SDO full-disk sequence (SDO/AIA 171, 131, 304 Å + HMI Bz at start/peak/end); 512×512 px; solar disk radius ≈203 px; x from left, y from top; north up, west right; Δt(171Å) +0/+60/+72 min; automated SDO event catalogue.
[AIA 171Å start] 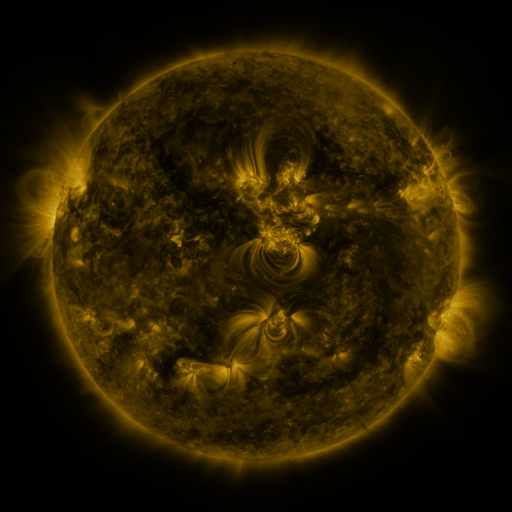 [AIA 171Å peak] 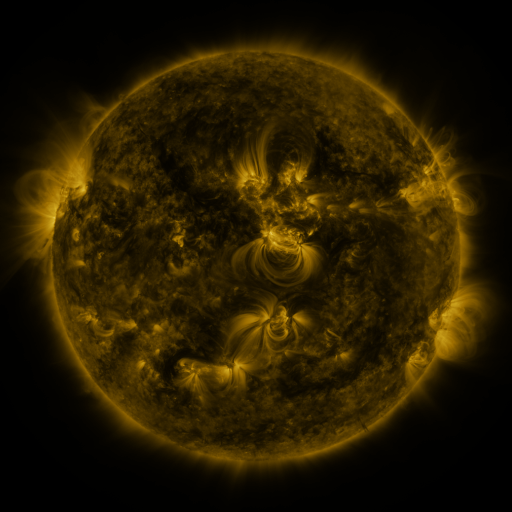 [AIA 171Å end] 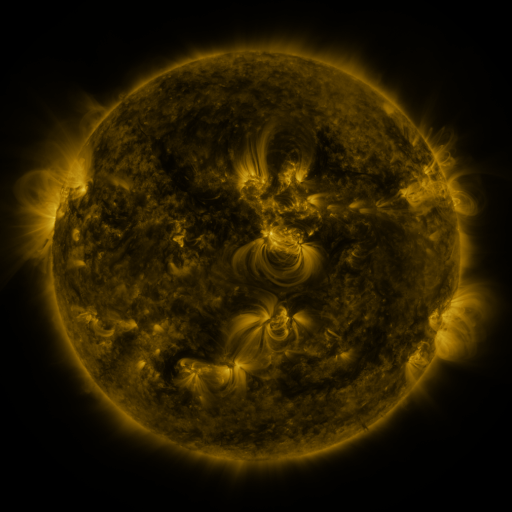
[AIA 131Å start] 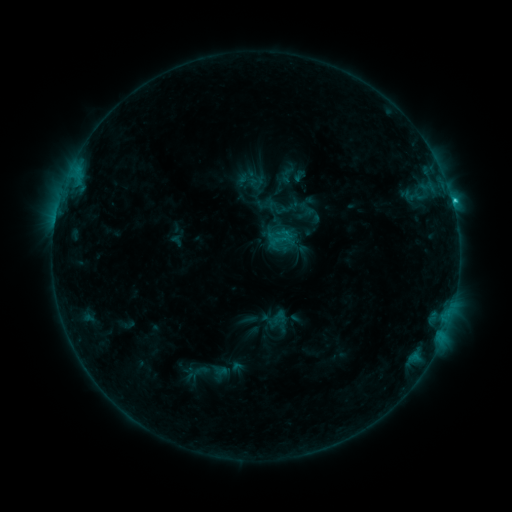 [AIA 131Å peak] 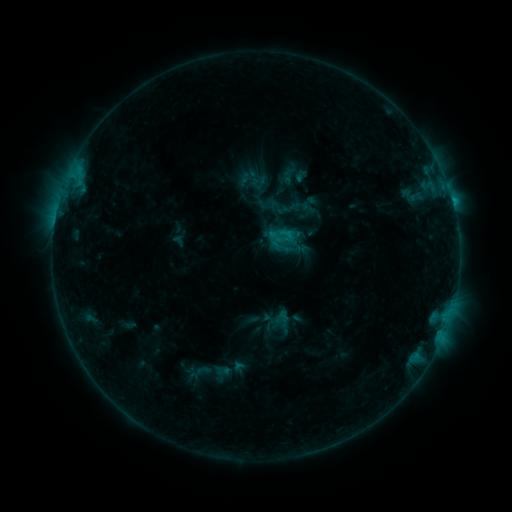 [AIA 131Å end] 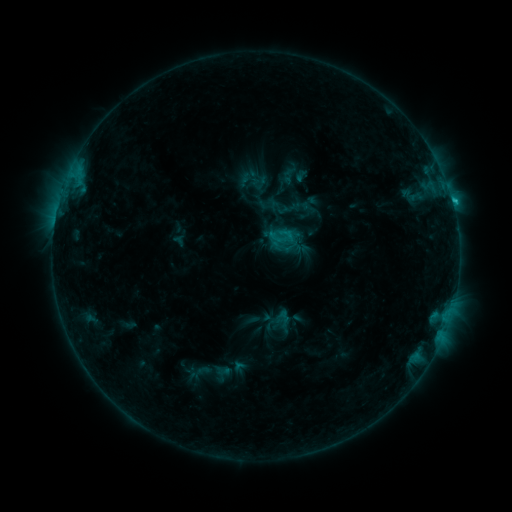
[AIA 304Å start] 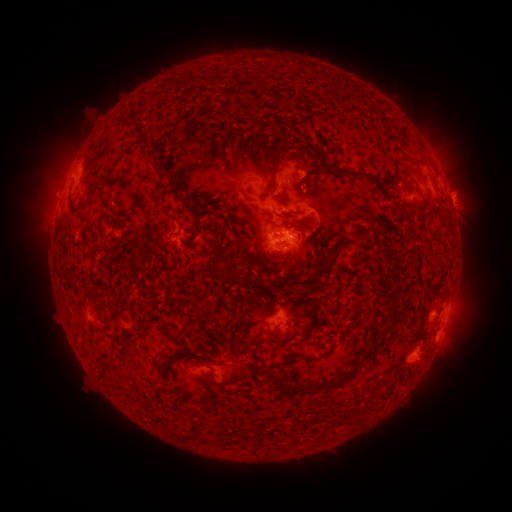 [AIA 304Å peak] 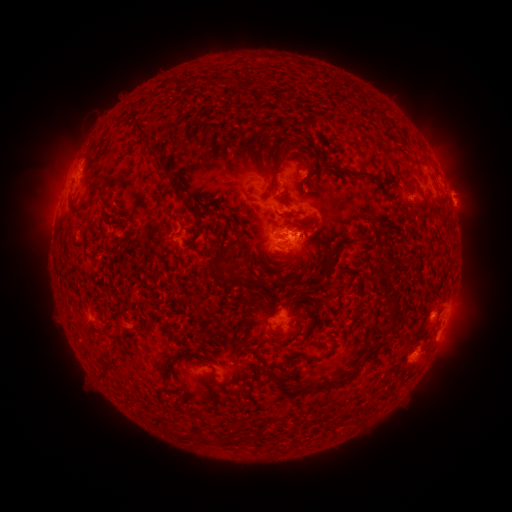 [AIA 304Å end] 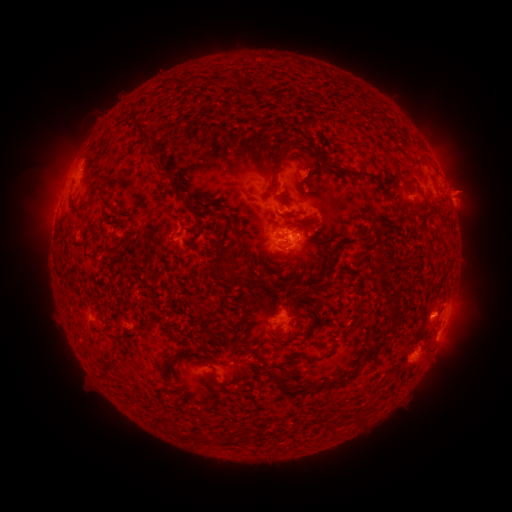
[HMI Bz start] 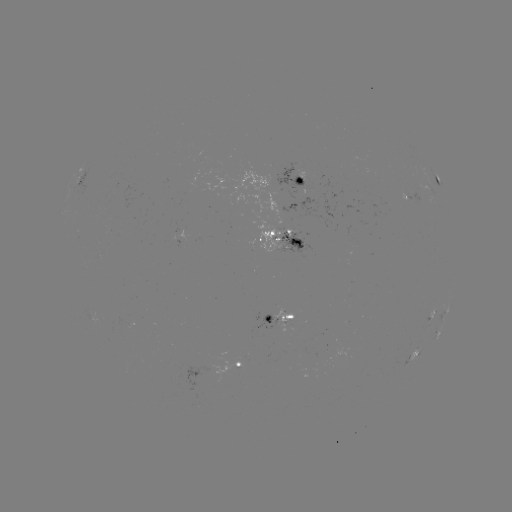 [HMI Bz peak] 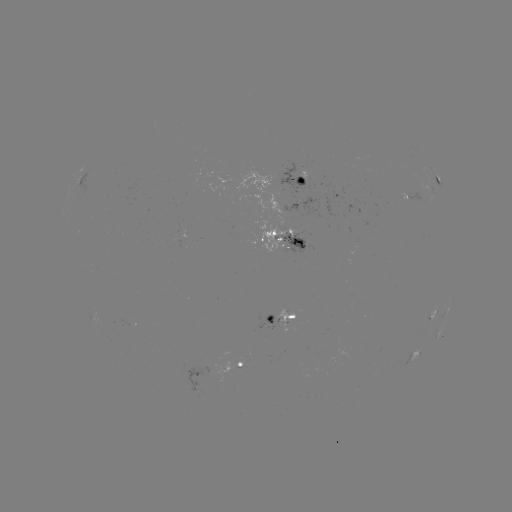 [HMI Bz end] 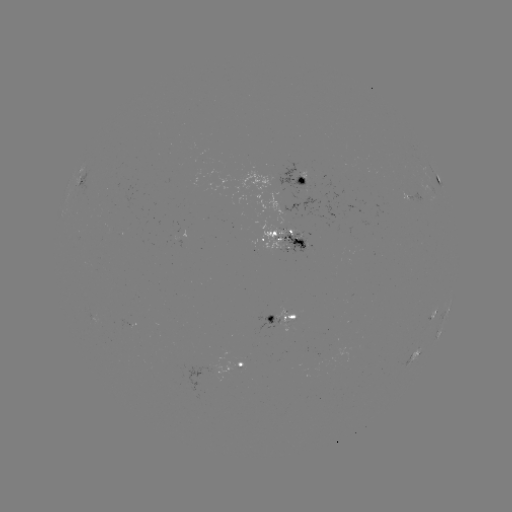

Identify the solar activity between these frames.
emerging-flux region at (295, 207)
